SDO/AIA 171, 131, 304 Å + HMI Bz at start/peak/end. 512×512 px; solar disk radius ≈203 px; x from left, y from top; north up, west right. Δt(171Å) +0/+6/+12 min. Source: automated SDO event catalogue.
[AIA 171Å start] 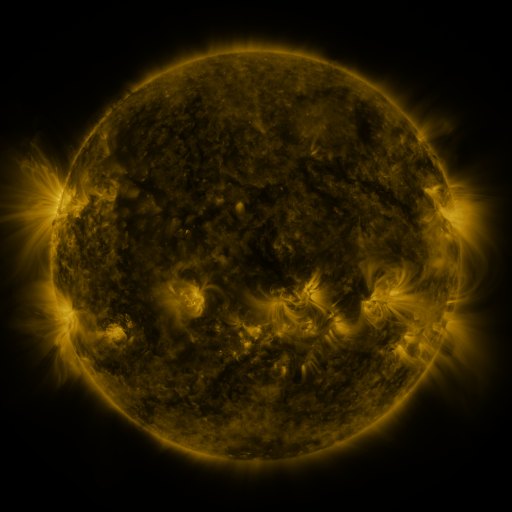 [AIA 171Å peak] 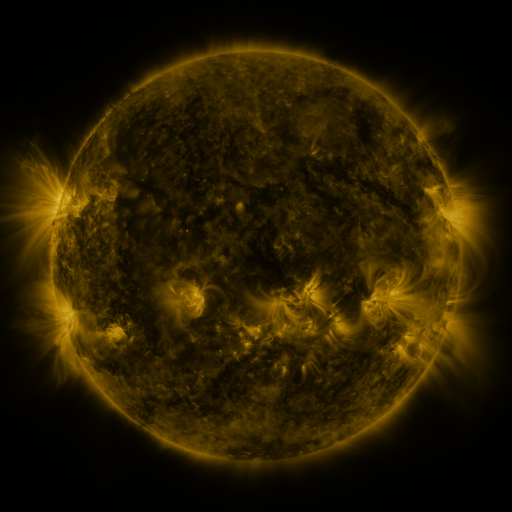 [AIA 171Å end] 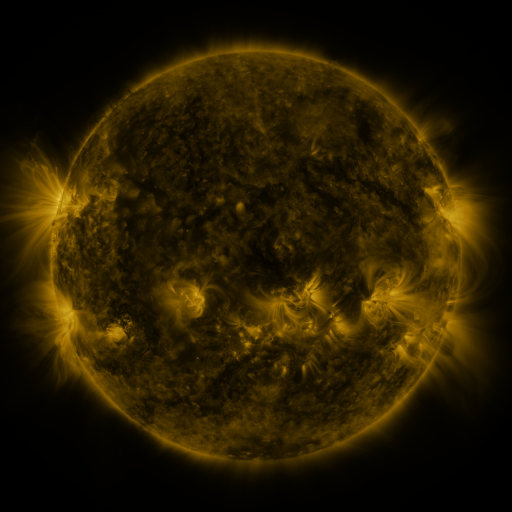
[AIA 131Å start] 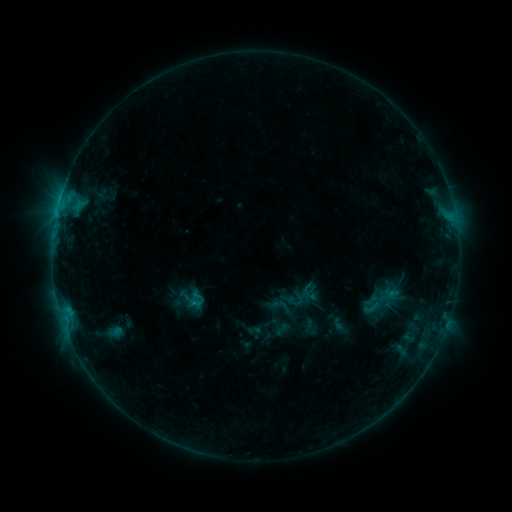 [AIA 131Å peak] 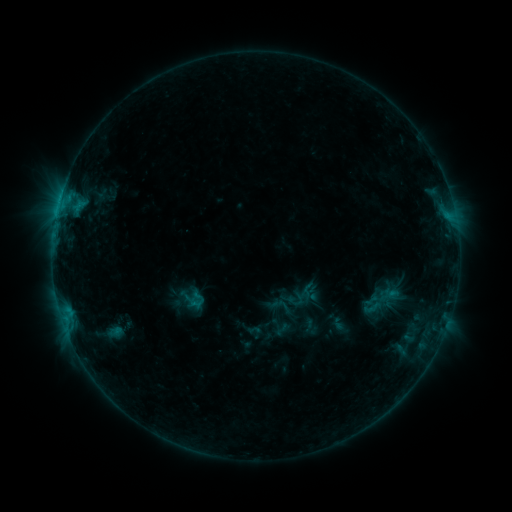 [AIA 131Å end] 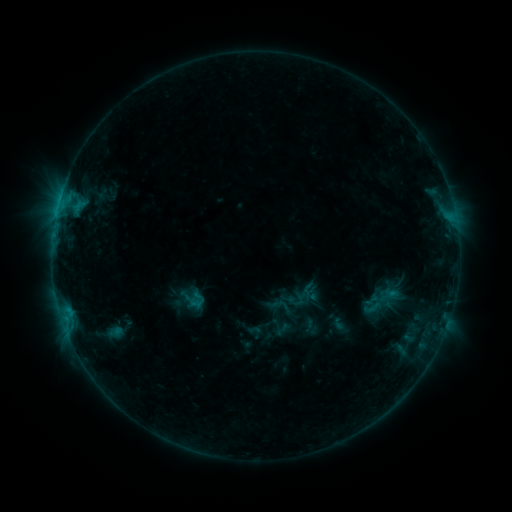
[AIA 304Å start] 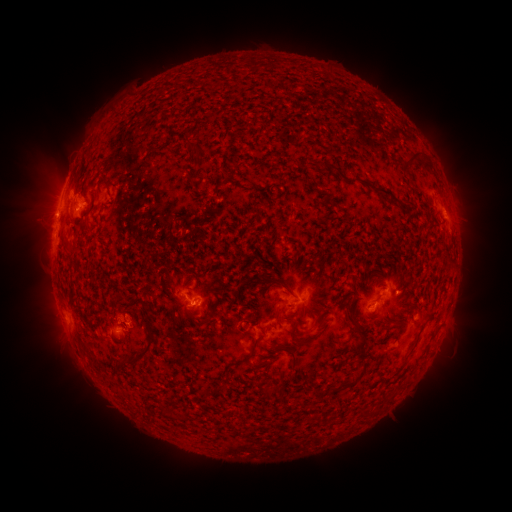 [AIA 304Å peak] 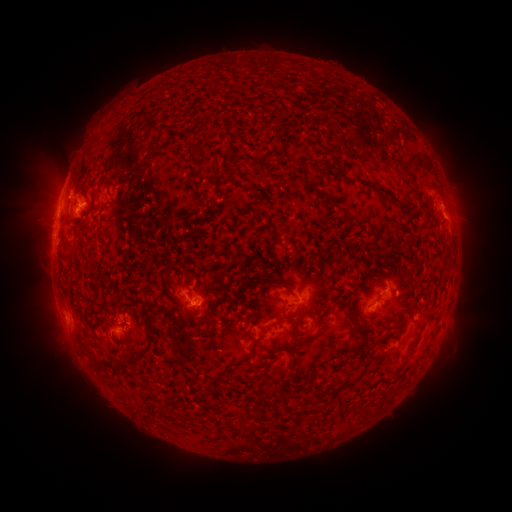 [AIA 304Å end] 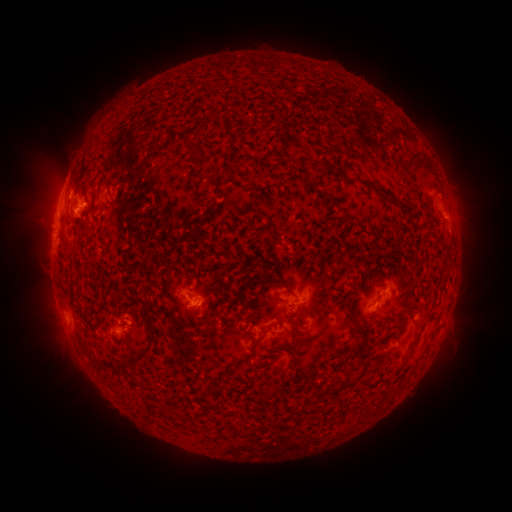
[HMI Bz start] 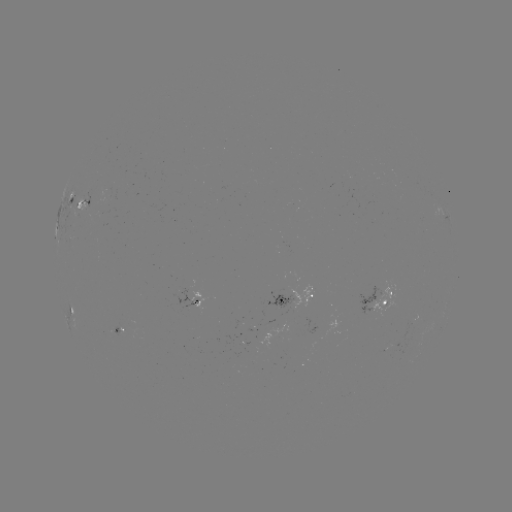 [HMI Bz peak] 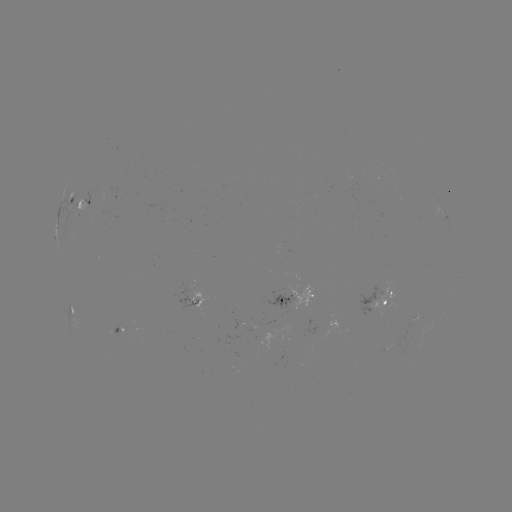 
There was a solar eruption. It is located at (451, 201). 